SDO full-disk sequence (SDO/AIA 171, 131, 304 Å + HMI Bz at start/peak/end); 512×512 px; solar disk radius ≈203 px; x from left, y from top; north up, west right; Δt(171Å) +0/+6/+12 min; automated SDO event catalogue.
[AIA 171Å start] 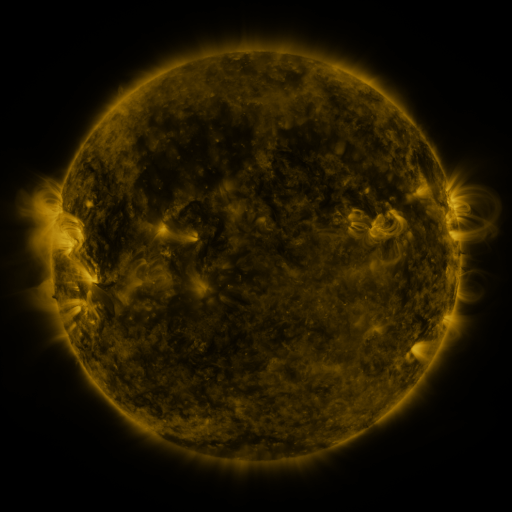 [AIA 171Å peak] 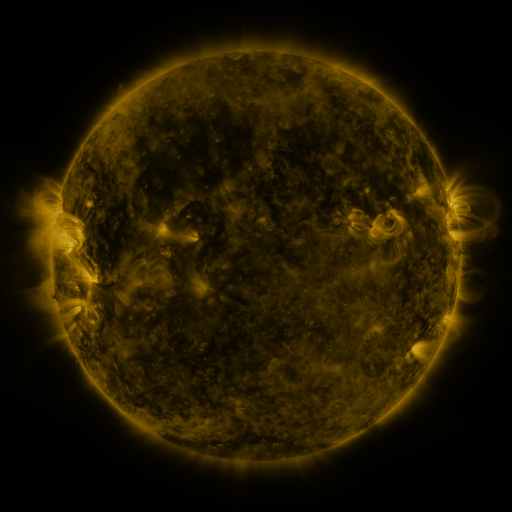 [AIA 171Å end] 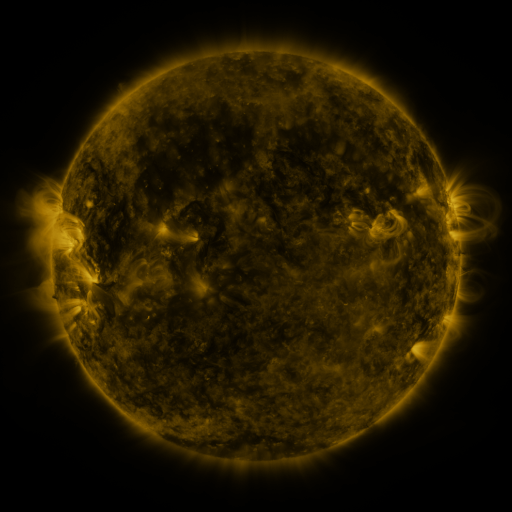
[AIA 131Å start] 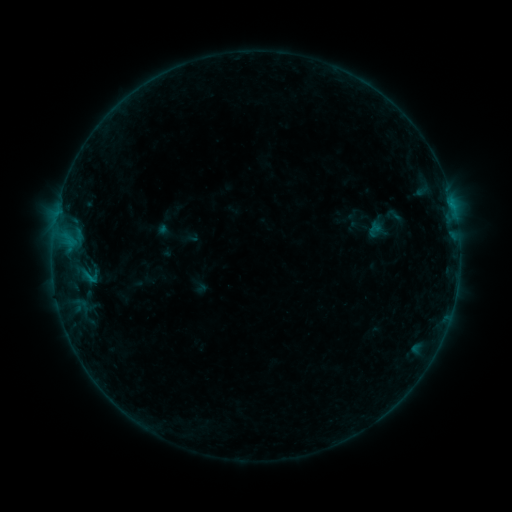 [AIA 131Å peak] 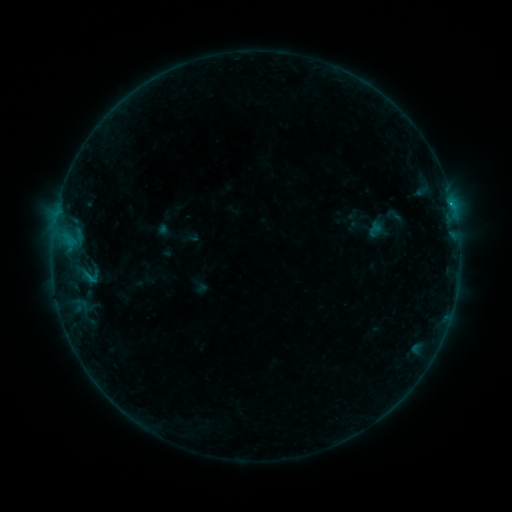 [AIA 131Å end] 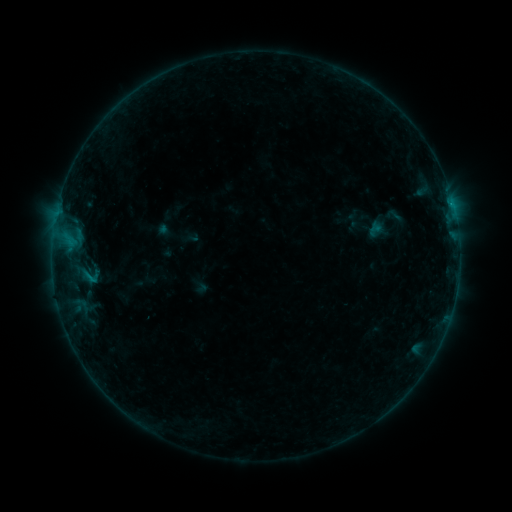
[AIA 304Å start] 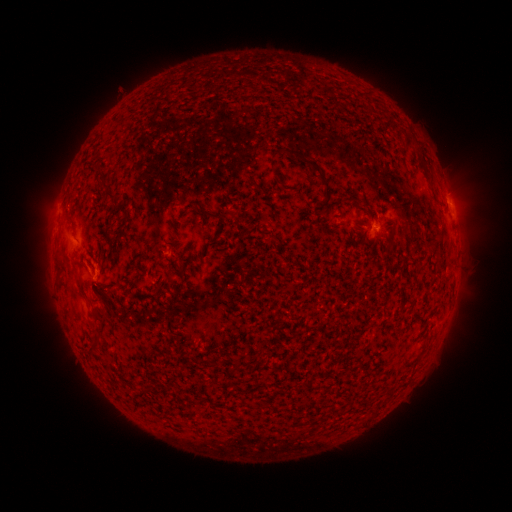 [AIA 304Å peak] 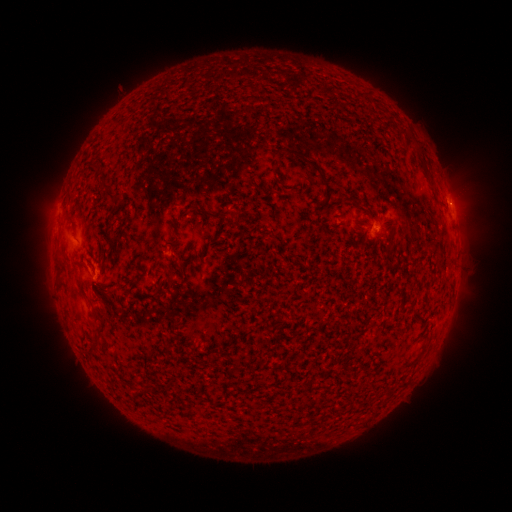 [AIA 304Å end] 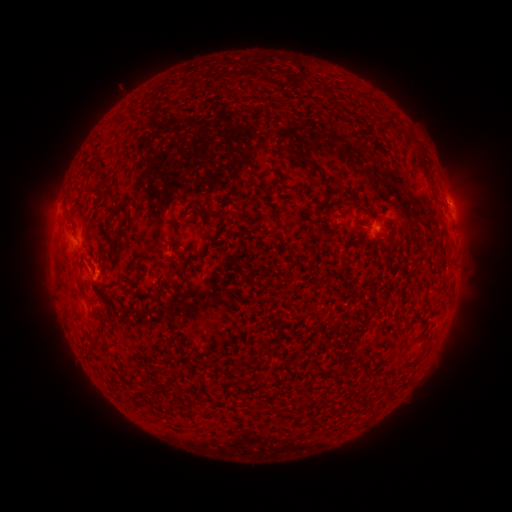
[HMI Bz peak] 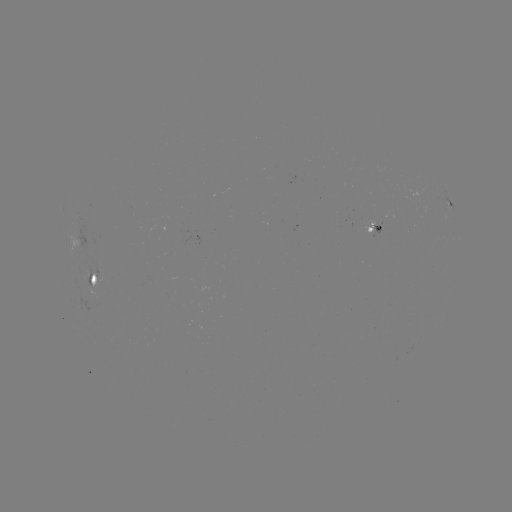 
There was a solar flare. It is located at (452, 203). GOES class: B2.8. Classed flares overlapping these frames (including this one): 1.